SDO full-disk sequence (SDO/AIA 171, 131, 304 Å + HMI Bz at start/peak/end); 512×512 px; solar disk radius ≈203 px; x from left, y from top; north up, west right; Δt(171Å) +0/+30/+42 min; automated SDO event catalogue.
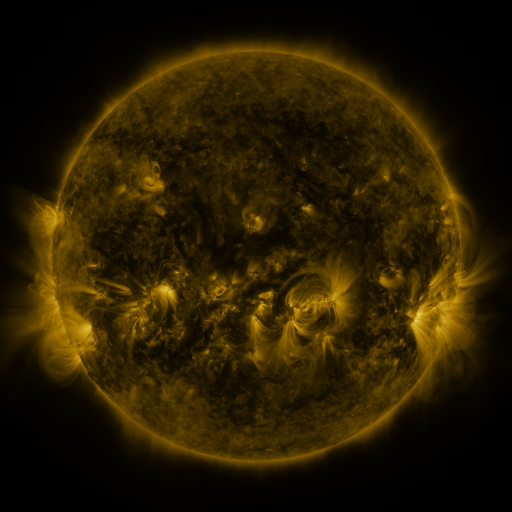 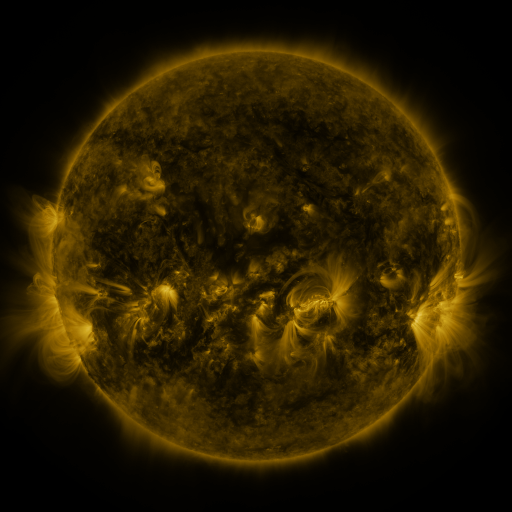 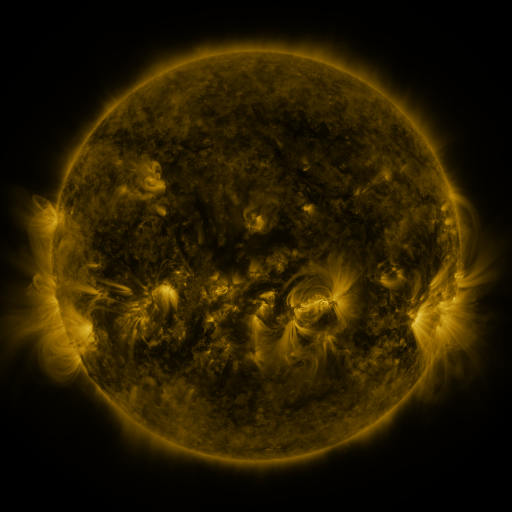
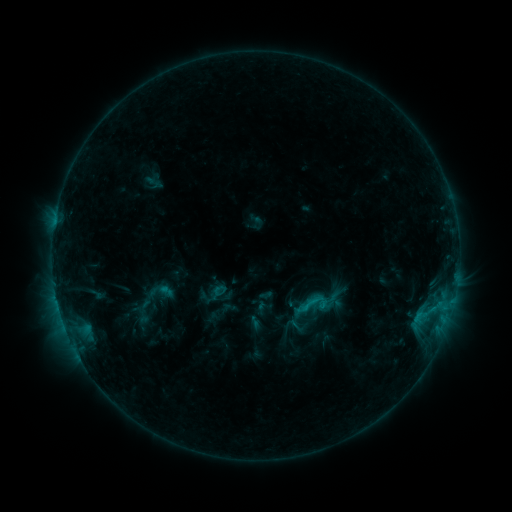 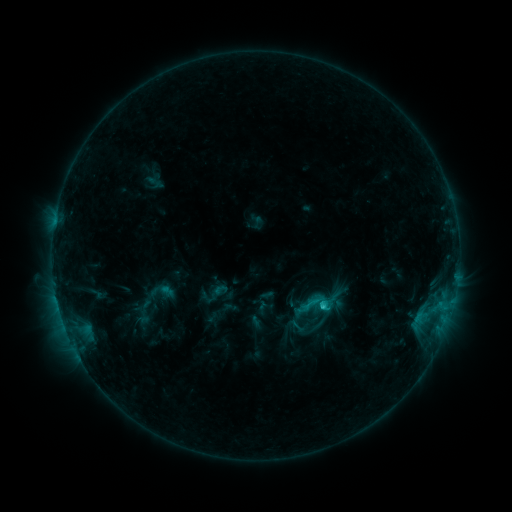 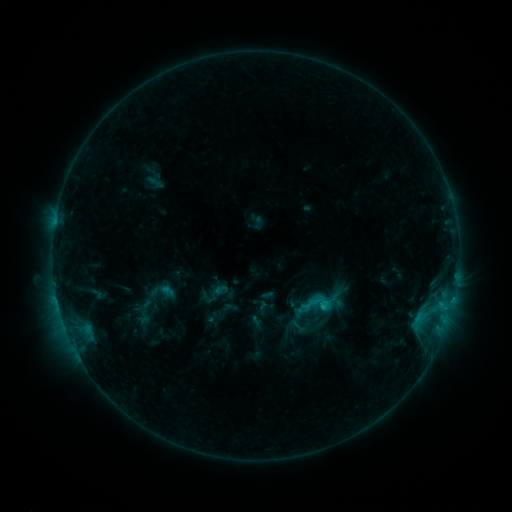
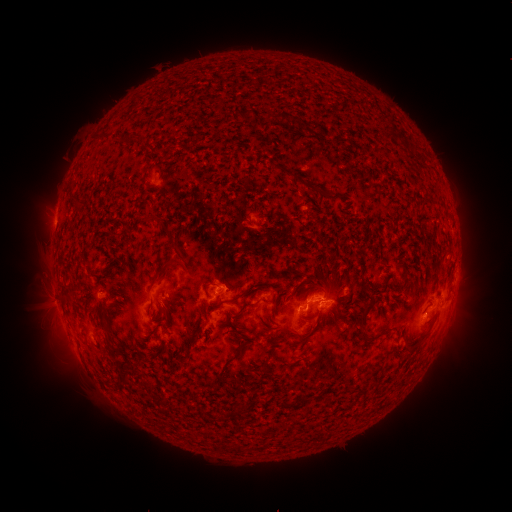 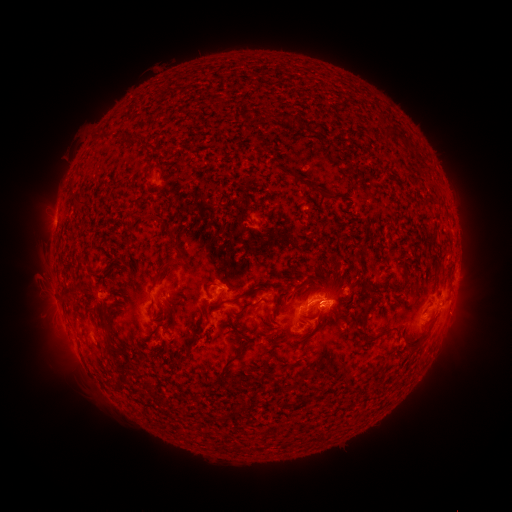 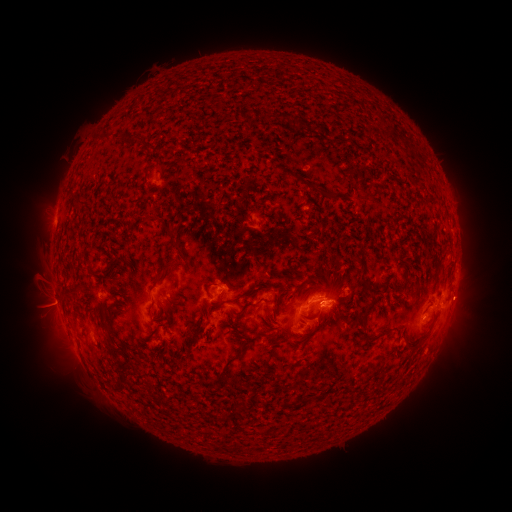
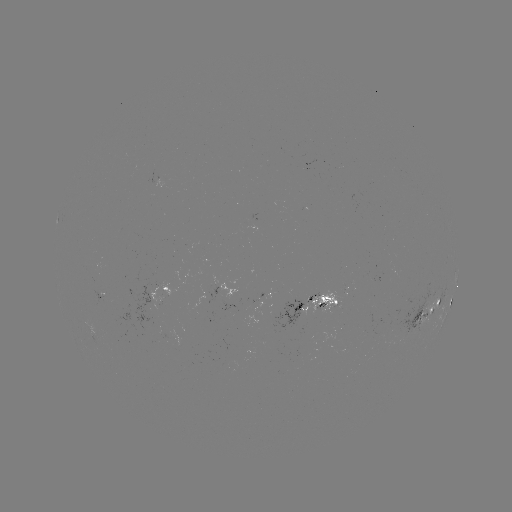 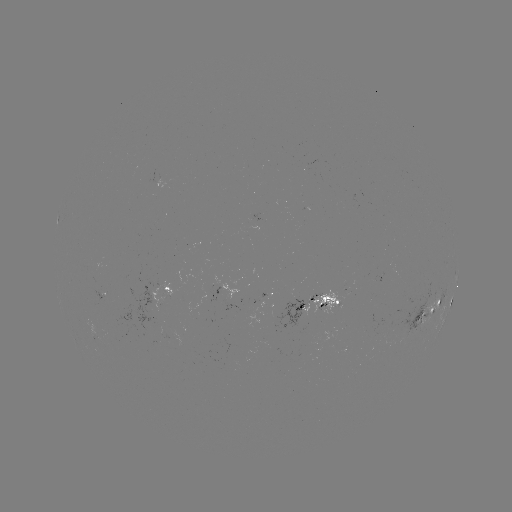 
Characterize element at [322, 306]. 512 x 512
C1.7 flare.